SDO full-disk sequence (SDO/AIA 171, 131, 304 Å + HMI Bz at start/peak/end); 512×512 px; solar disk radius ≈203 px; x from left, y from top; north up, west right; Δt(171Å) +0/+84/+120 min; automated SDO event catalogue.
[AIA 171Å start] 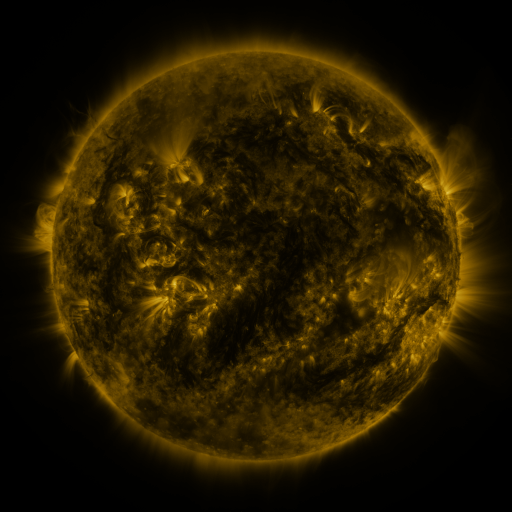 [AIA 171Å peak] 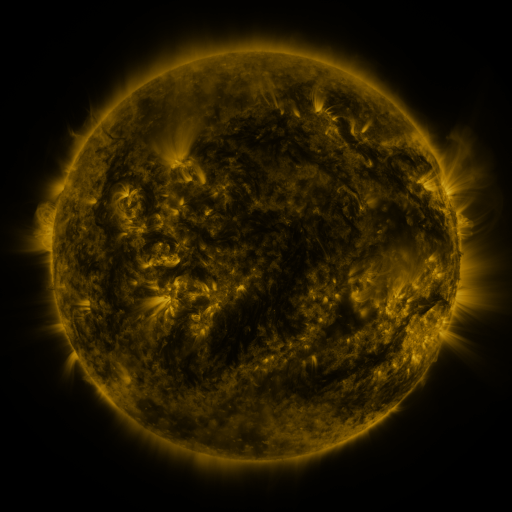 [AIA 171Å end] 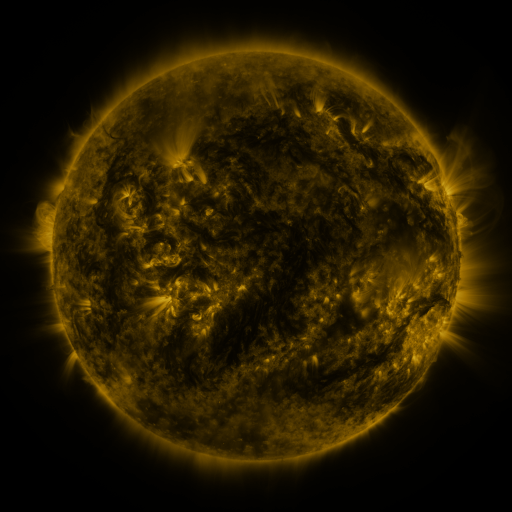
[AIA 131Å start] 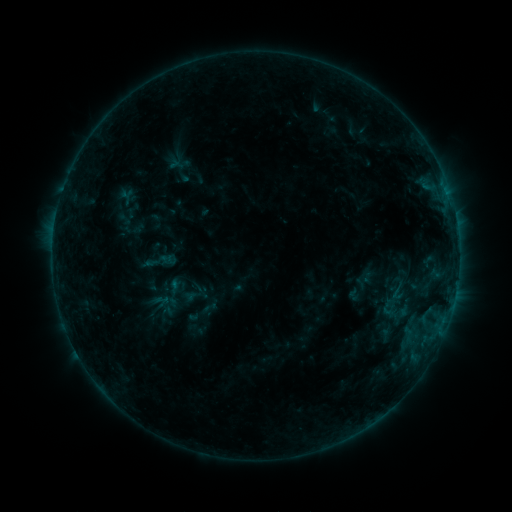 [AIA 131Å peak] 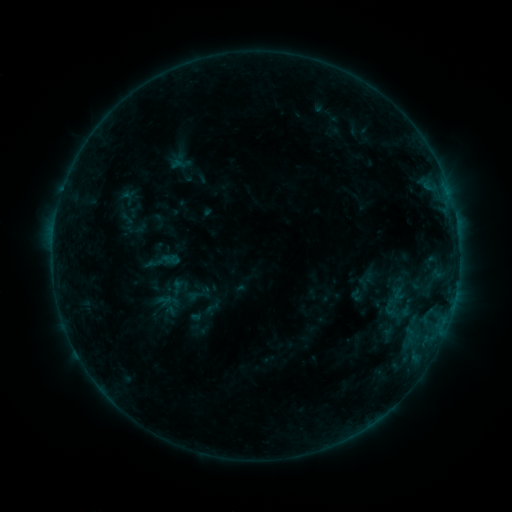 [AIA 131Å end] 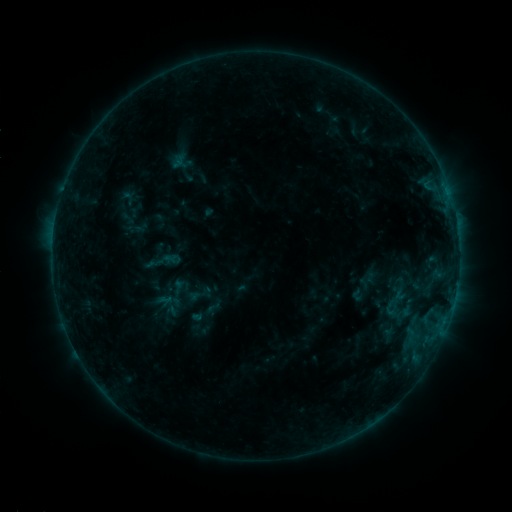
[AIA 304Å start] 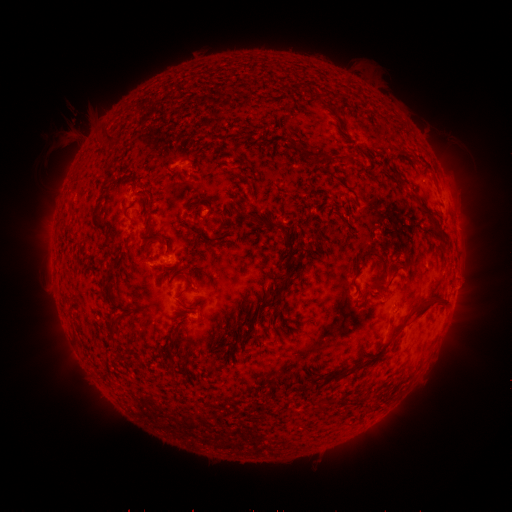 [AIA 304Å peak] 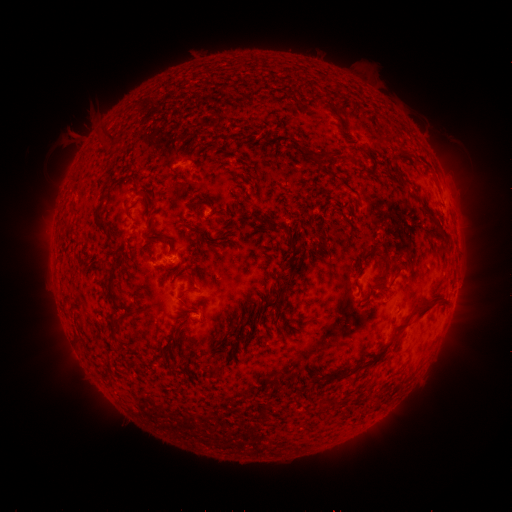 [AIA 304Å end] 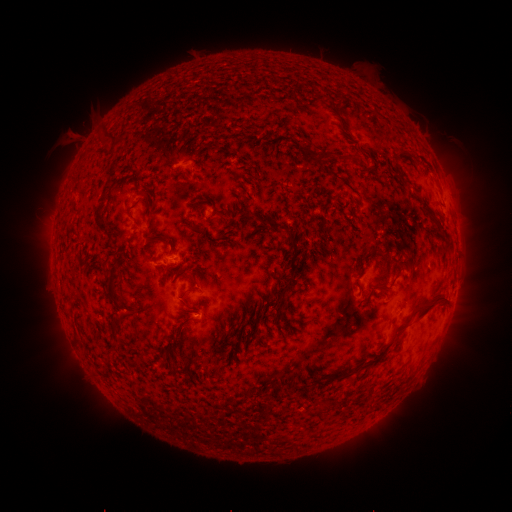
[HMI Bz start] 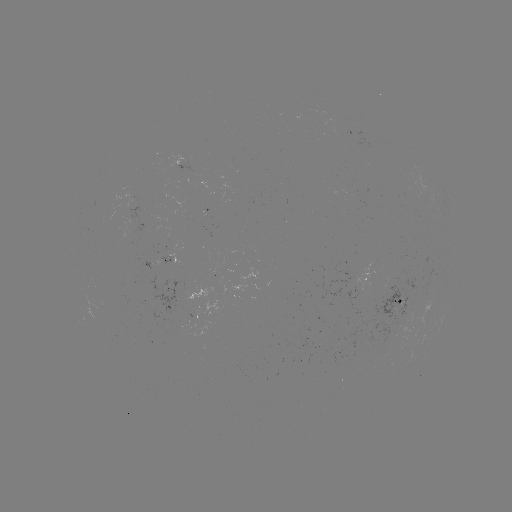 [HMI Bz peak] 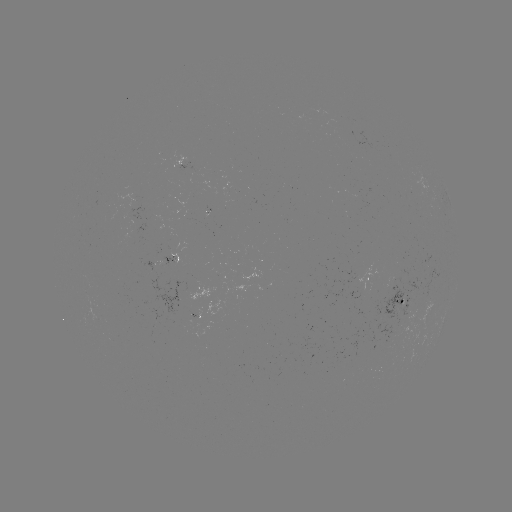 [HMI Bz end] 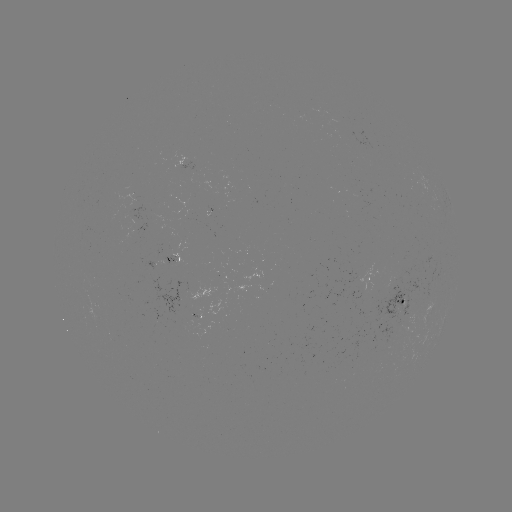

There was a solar emerging-flux region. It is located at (395, 279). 